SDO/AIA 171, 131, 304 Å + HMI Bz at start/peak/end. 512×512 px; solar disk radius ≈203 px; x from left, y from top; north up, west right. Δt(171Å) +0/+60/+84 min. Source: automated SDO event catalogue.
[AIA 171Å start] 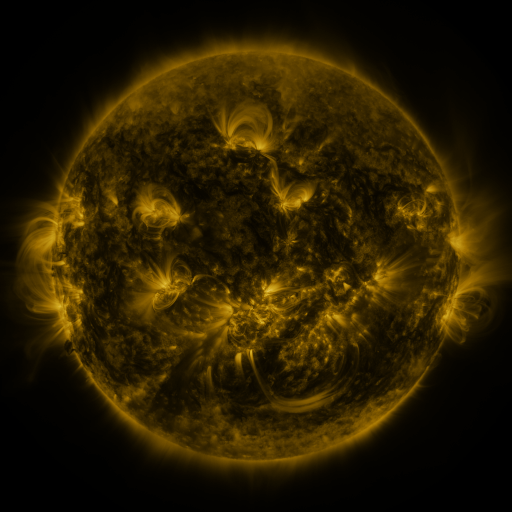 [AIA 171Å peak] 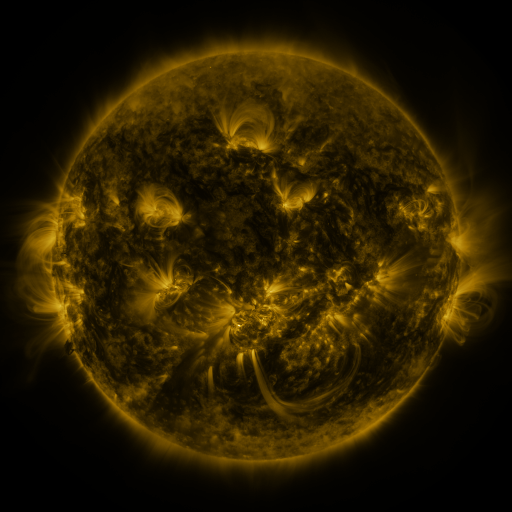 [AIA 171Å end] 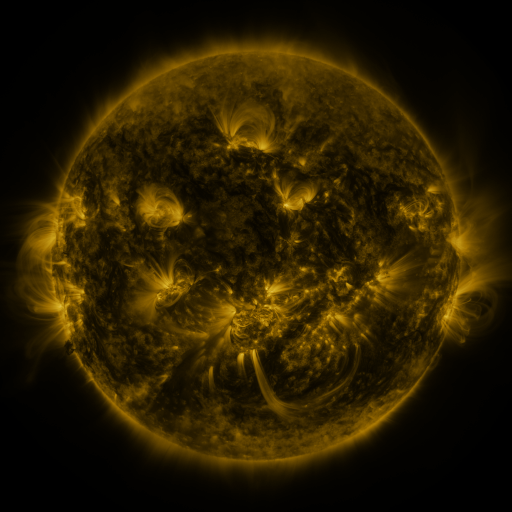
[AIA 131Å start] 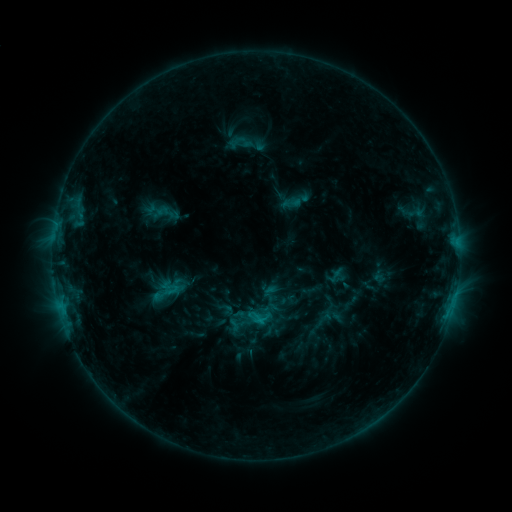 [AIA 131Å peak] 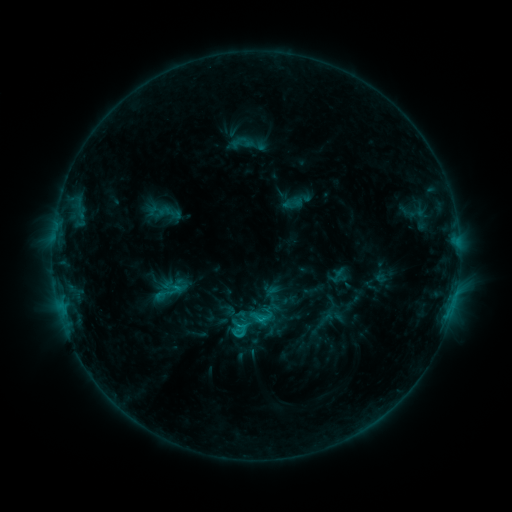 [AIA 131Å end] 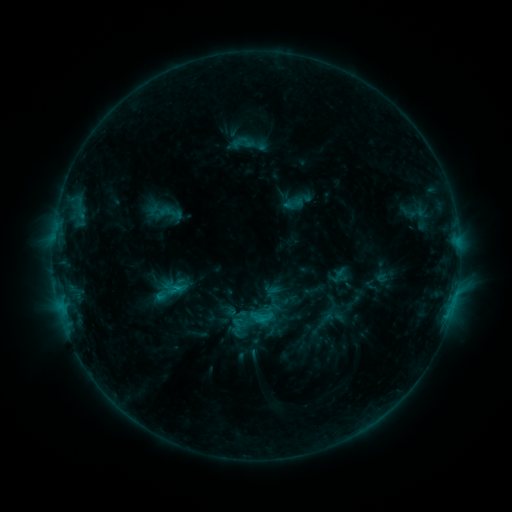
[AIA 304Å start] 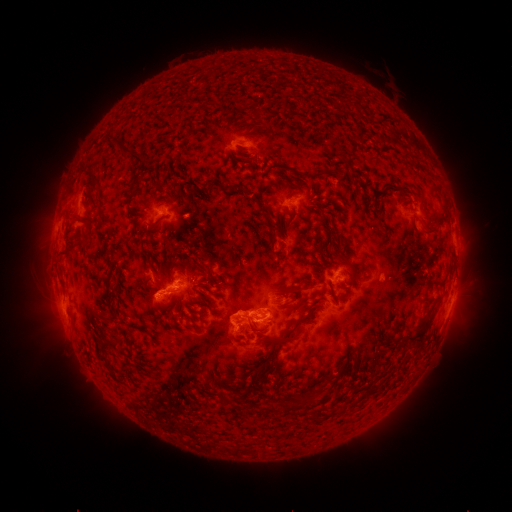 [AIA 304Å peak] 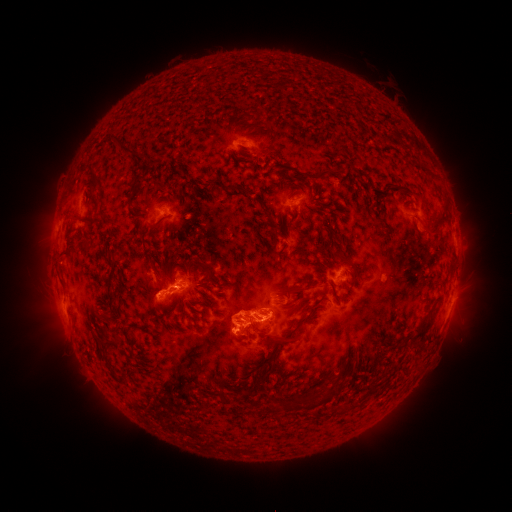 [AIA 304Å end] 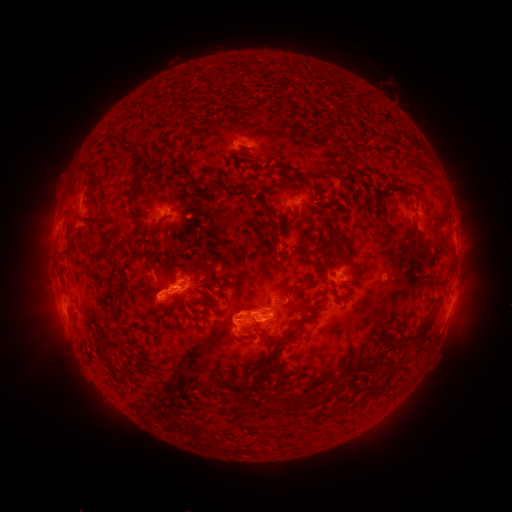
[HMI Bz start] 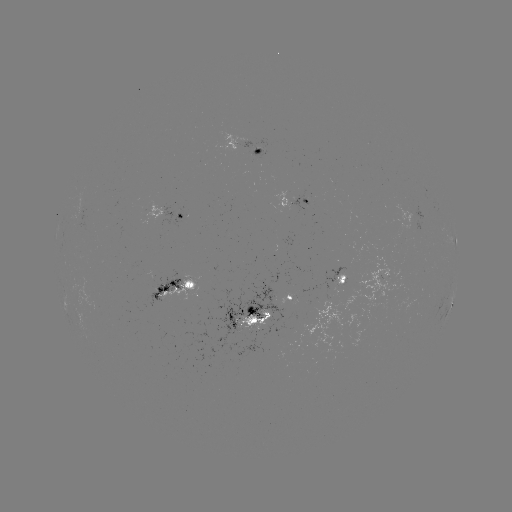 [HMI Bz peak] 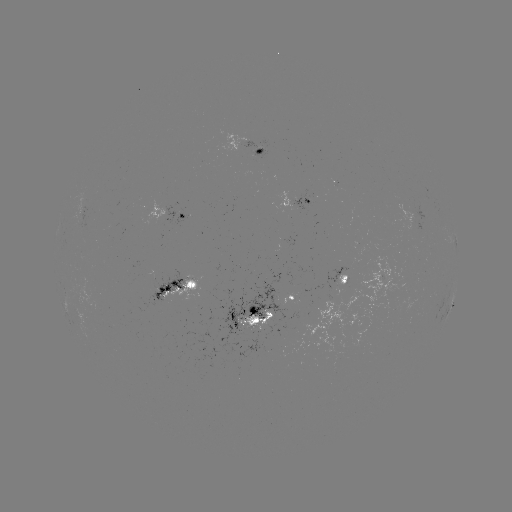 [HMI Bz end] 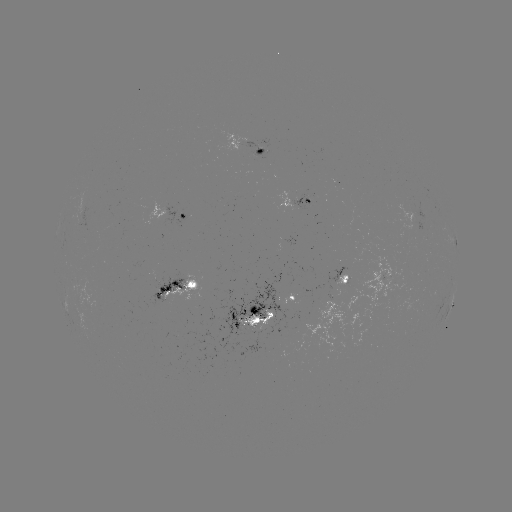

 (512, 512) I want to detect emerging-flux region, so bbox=[236, 310, 272, 330].